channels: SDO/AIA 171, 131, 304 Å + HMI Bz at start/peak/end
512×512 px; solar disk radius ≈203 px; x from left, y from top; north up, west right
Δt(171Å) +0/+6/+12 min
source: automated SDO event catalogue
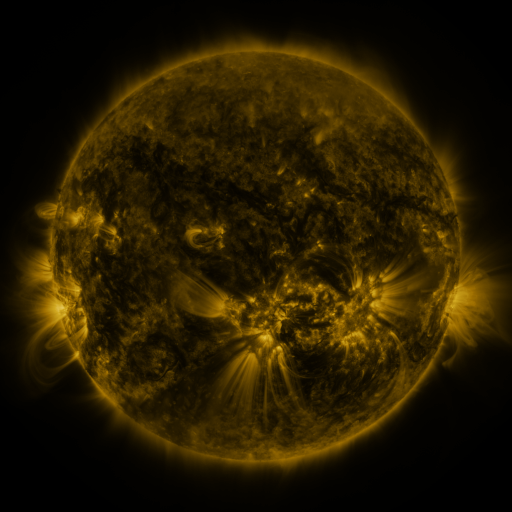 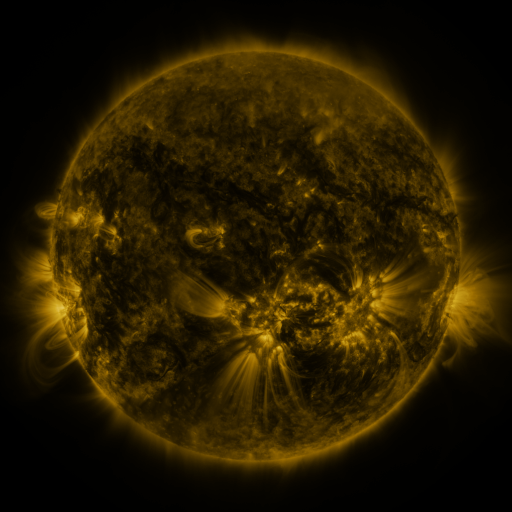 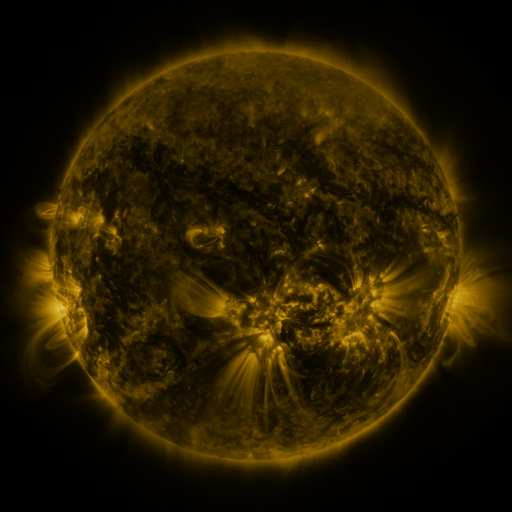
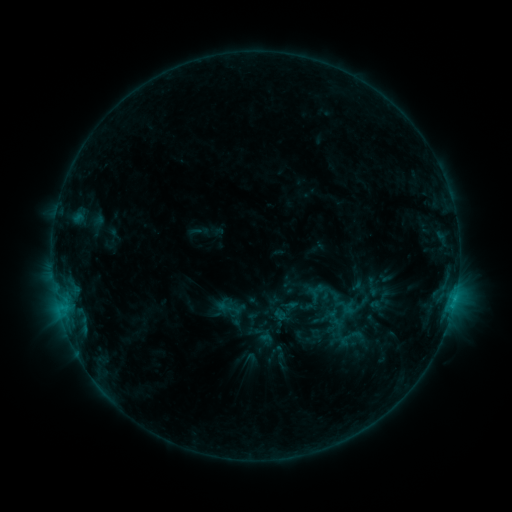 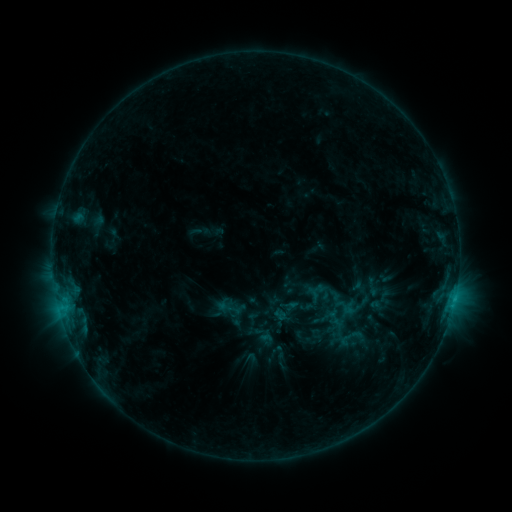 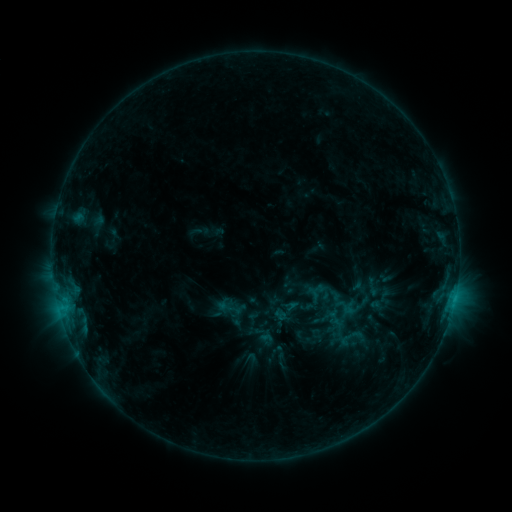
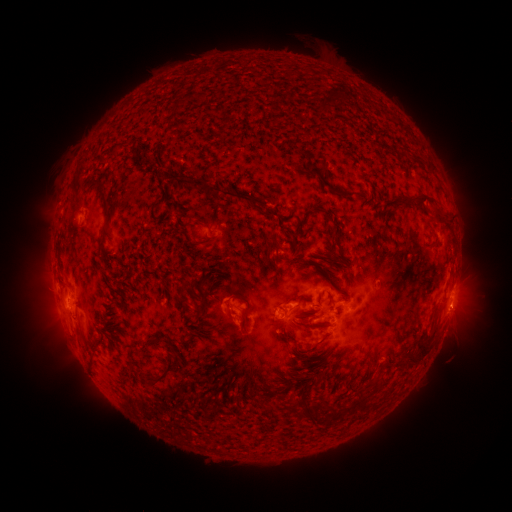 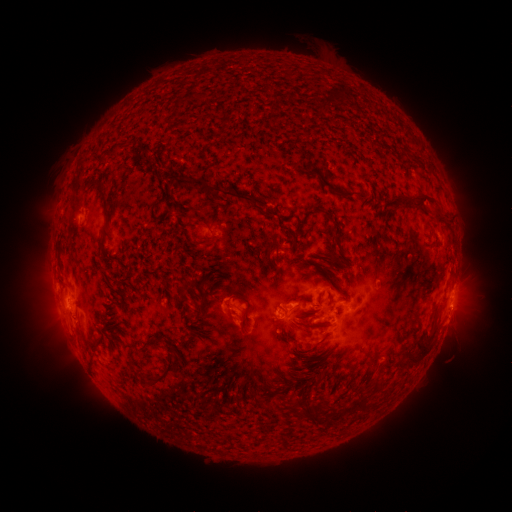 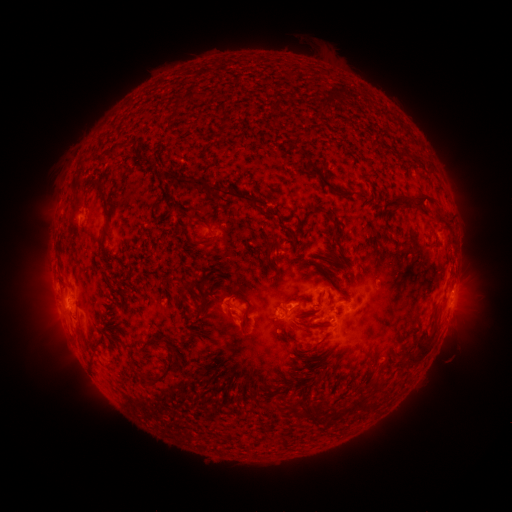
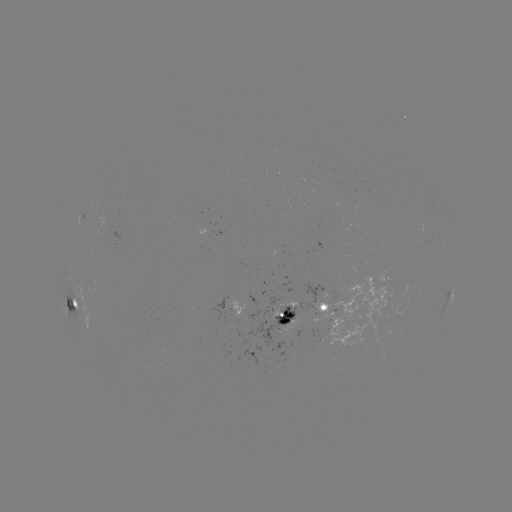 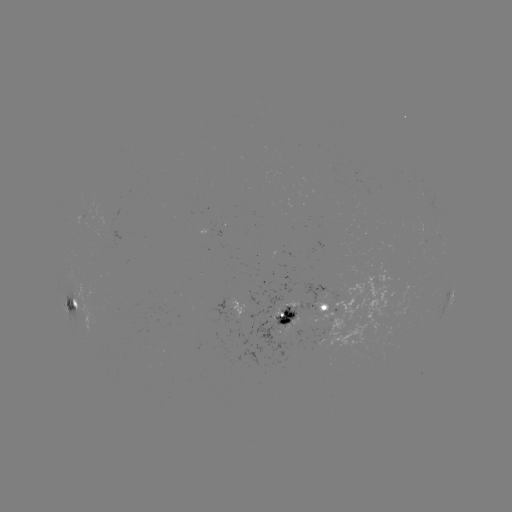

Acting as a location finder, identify eruption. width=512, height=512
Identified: [453, 322].